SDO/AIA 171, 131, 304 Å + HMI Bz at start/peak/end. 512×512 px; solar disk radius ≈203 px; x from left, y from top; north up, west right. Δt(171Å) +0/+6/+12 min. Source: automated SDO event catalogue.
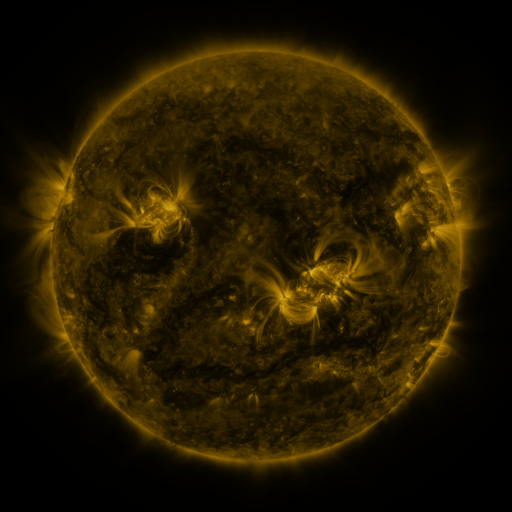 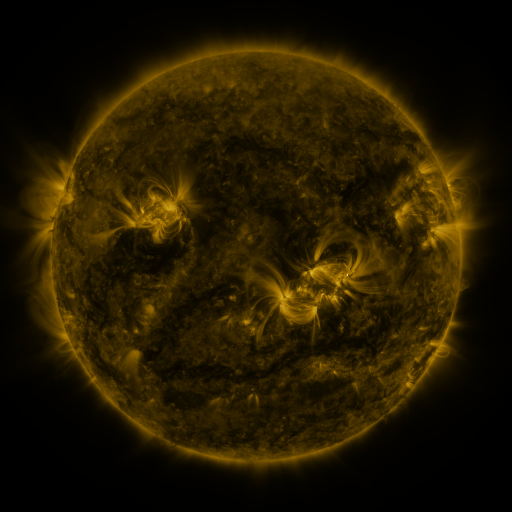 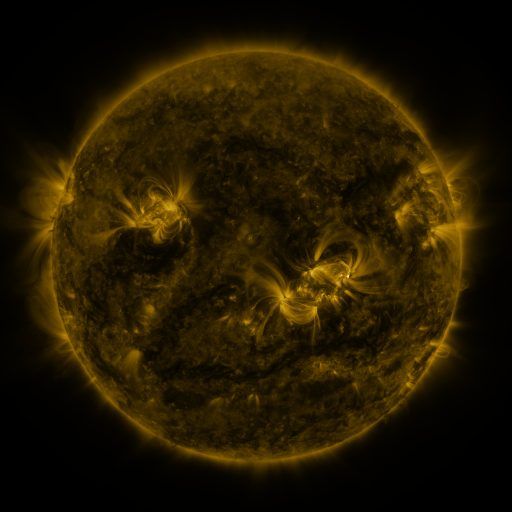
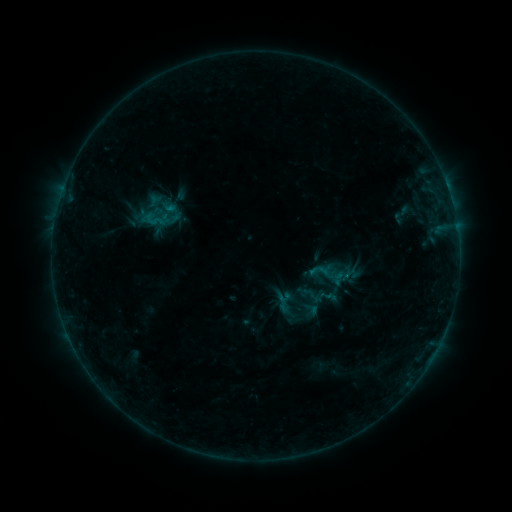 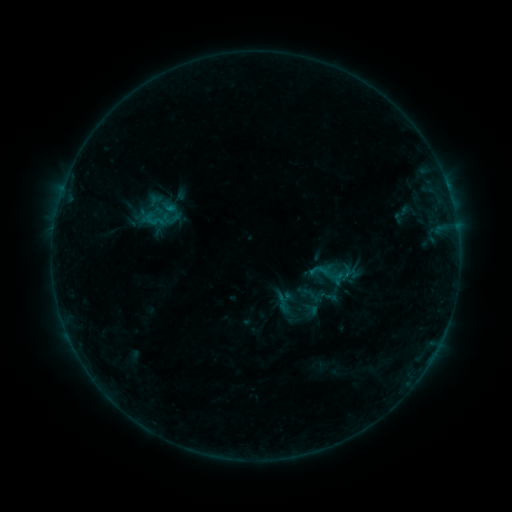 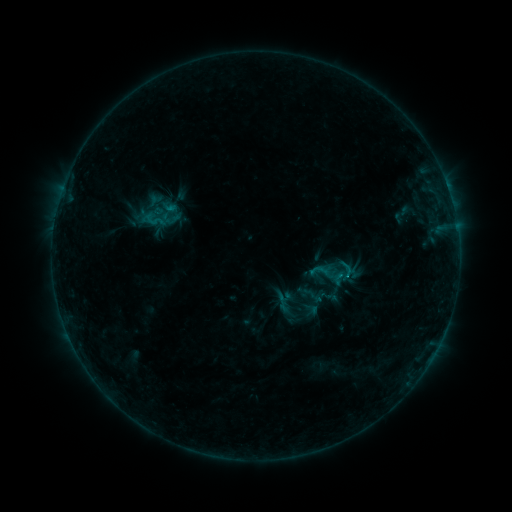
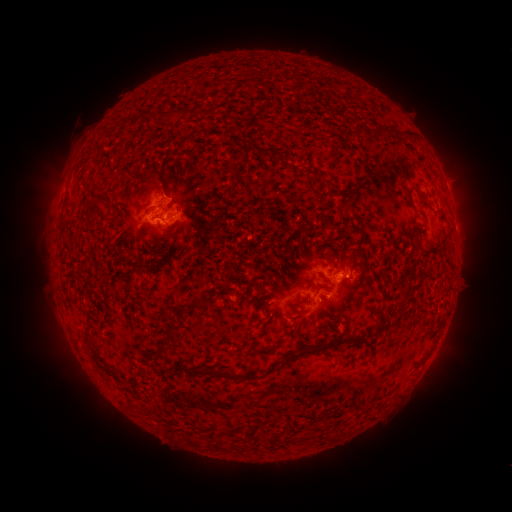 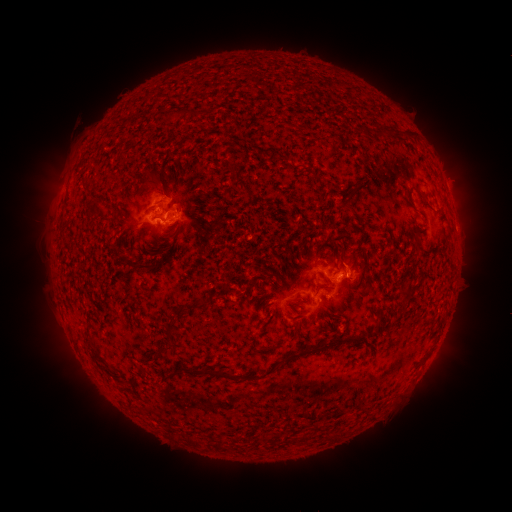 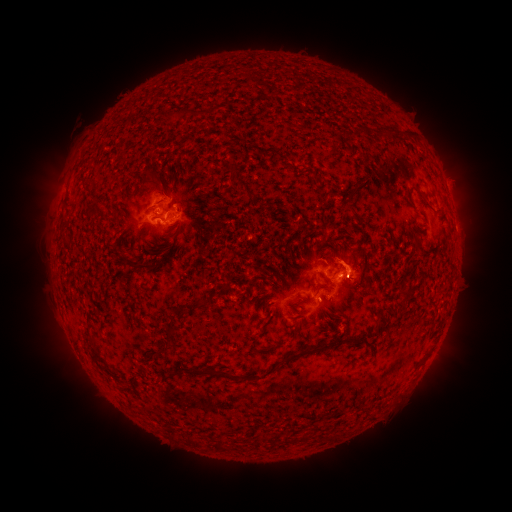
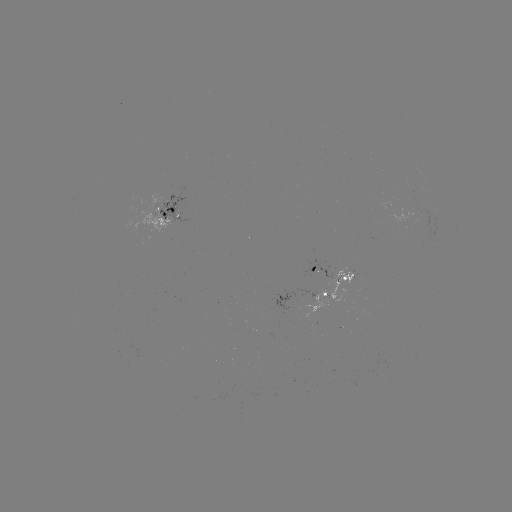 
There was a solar flare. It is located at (344, 274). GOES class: C1.4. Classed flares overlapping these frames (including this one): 2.